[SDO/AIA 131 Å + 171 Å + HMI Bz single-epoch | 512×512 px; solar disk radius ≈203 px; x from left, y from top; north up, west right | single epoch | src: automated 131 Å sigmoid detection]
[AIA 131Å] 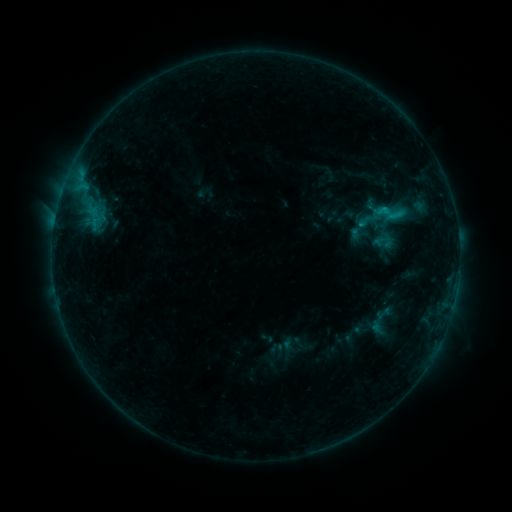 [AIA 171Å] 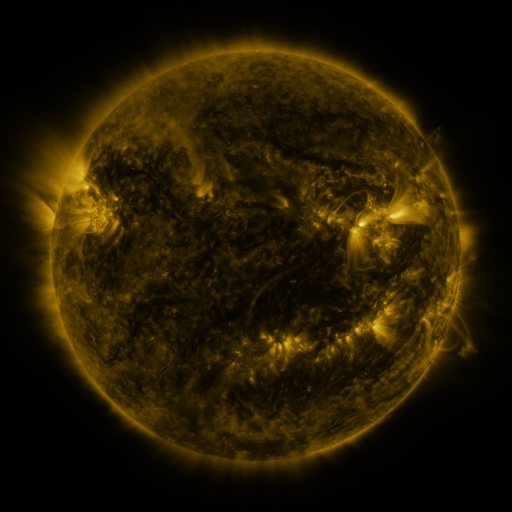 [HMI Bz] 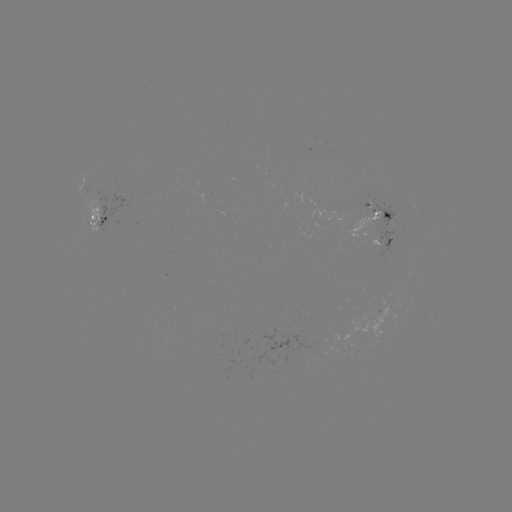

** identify sigmoid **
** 383,212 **